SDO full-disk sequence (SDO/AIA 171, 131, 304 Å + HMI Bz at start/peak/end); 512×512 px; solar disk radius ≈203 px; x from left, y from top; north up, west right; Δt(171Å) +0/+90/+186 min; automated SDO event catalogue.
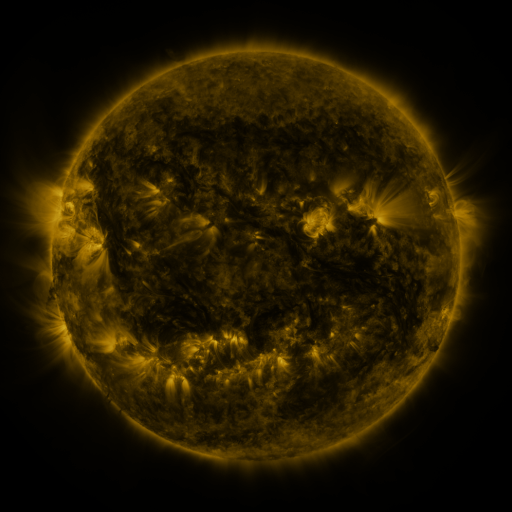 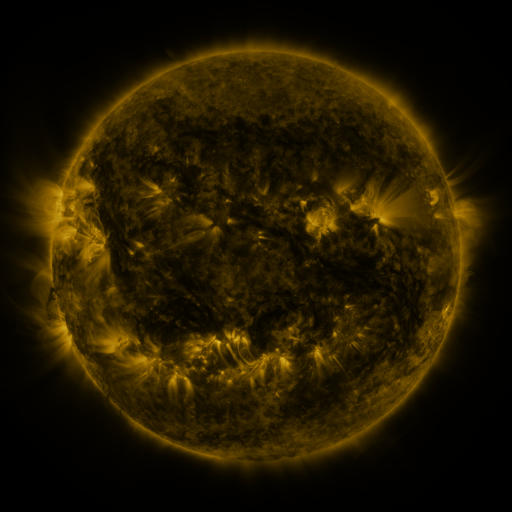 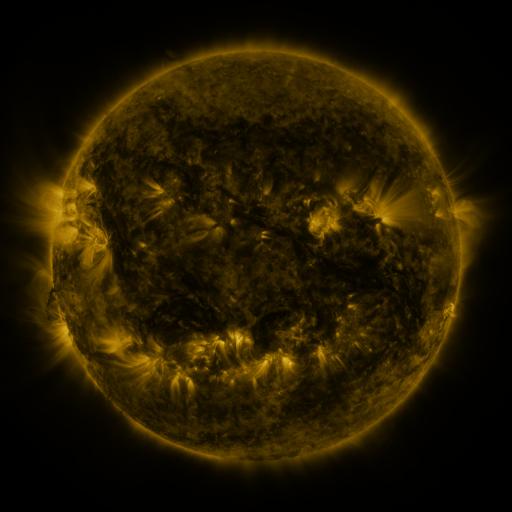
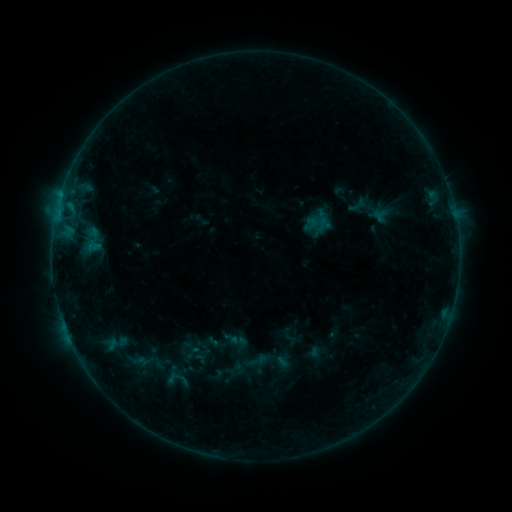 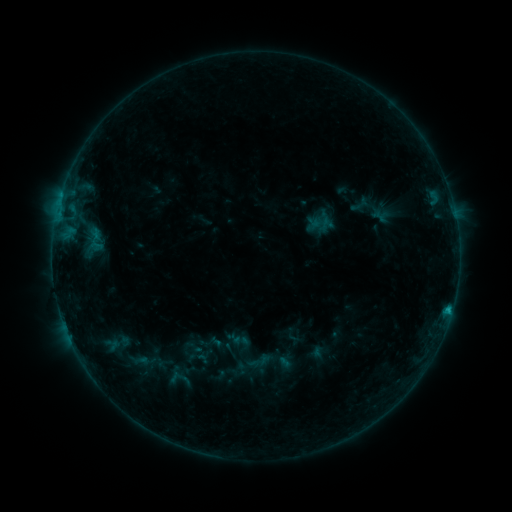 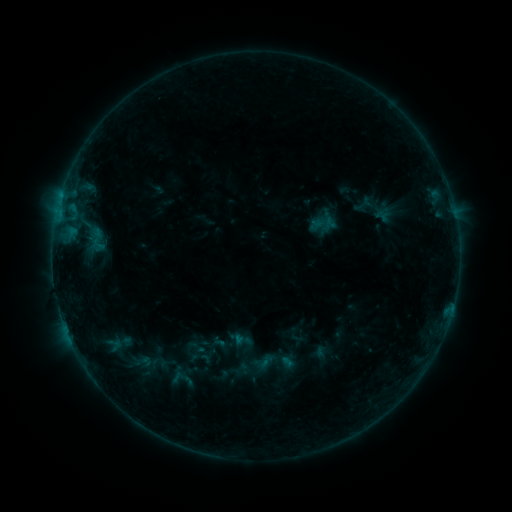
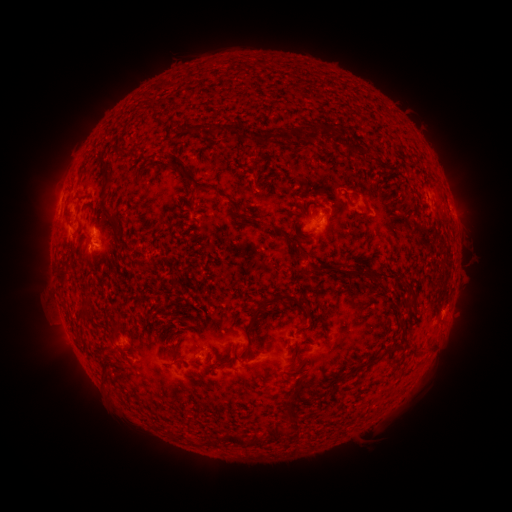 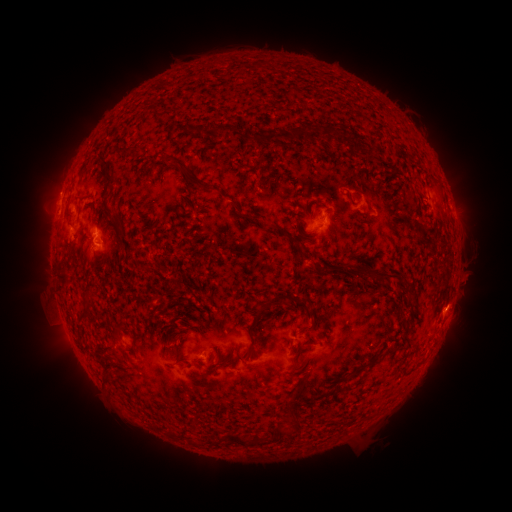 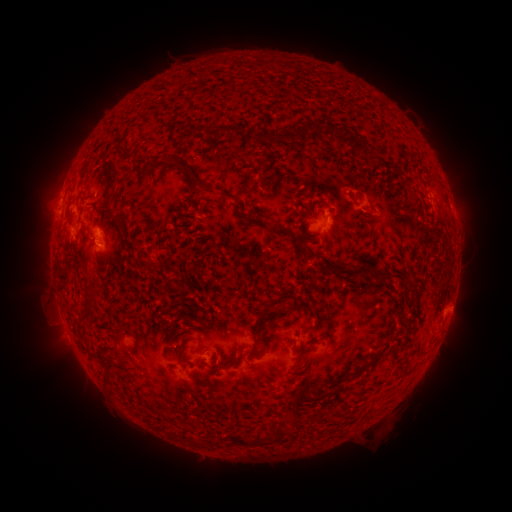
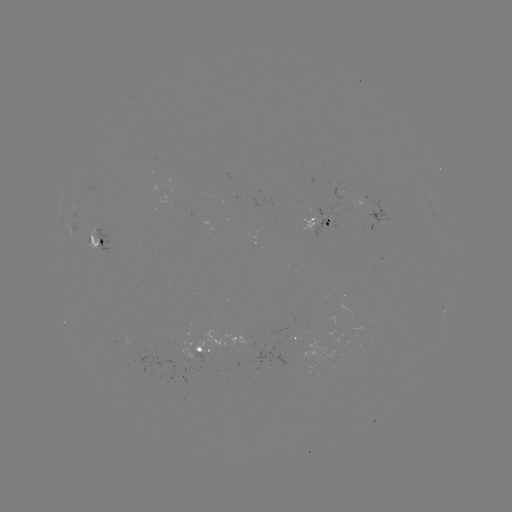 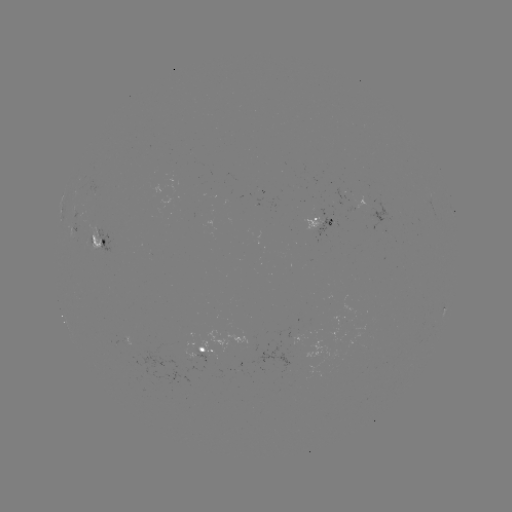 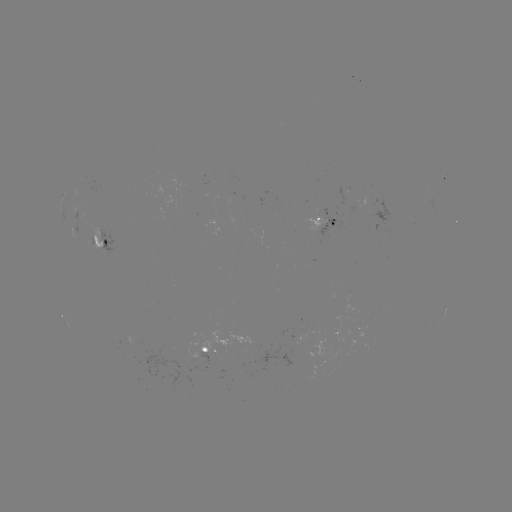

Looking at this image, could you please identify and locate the filament eruption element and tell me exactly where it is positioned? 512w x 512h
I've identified filament eruption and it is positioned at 465,322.